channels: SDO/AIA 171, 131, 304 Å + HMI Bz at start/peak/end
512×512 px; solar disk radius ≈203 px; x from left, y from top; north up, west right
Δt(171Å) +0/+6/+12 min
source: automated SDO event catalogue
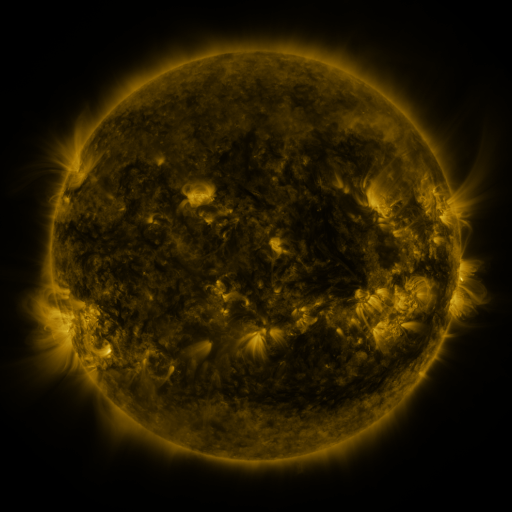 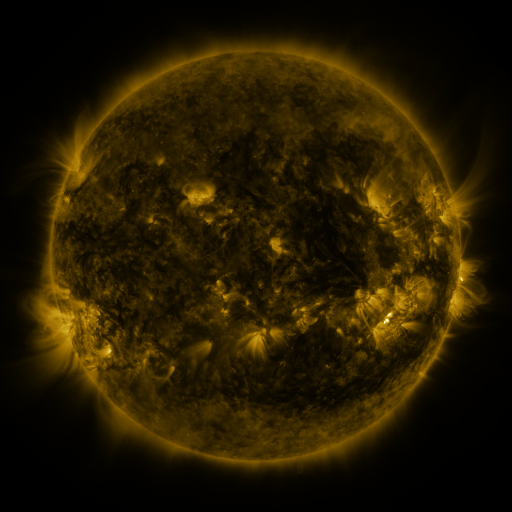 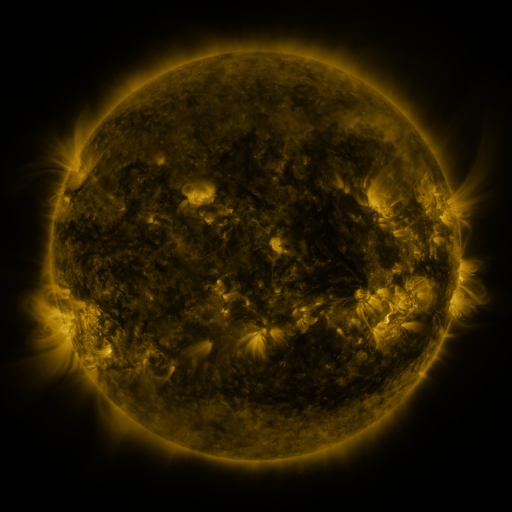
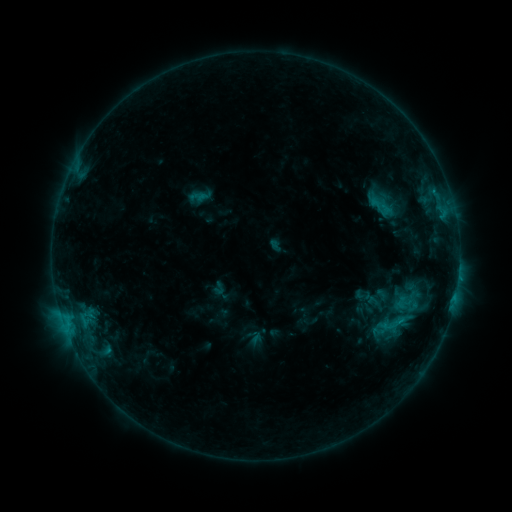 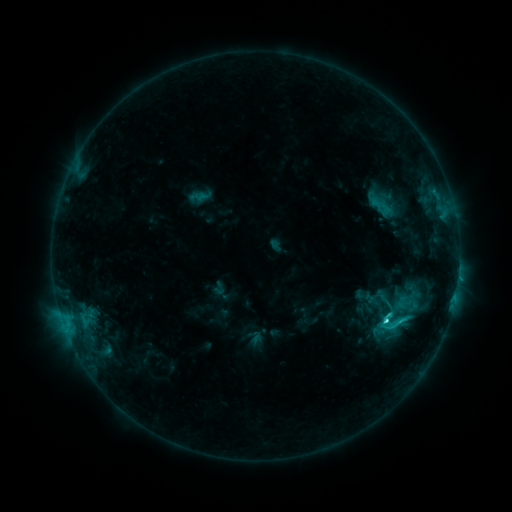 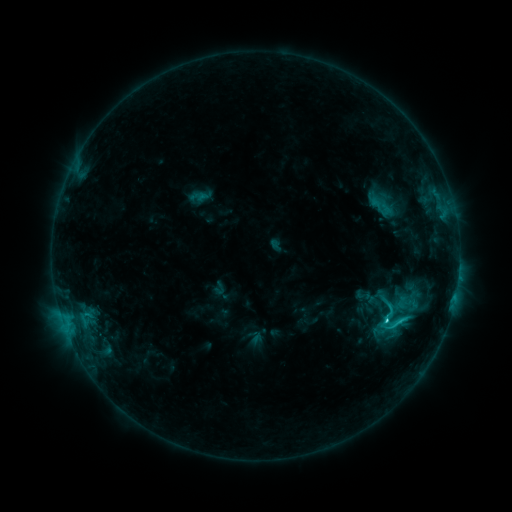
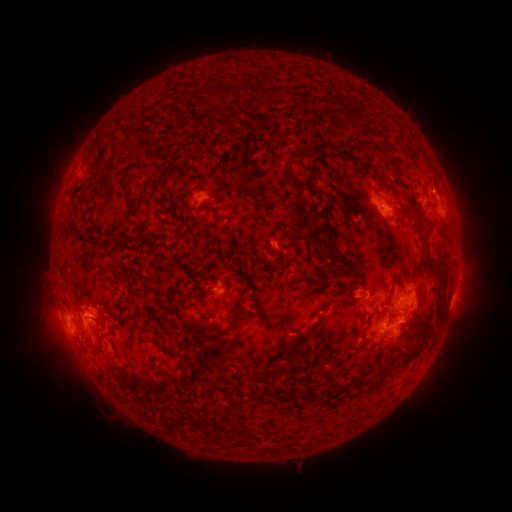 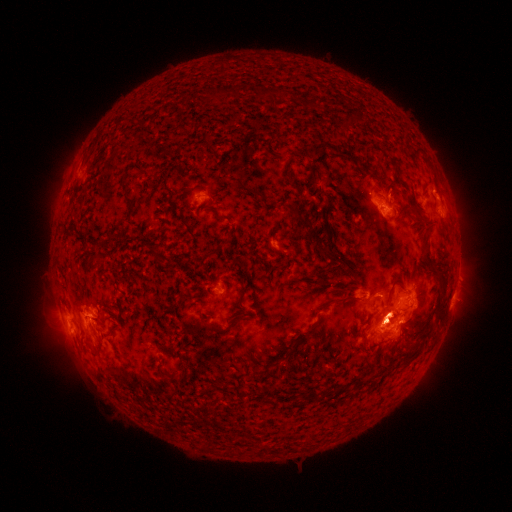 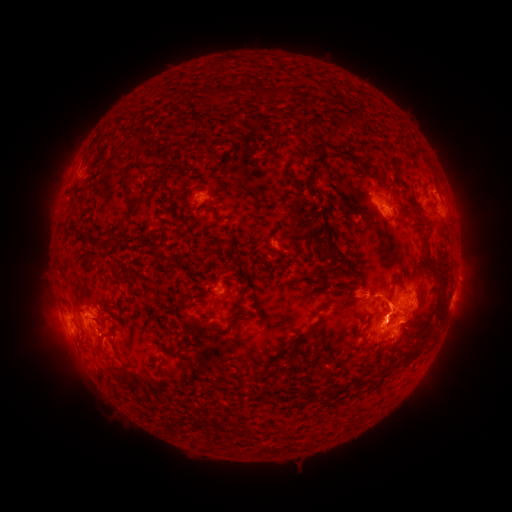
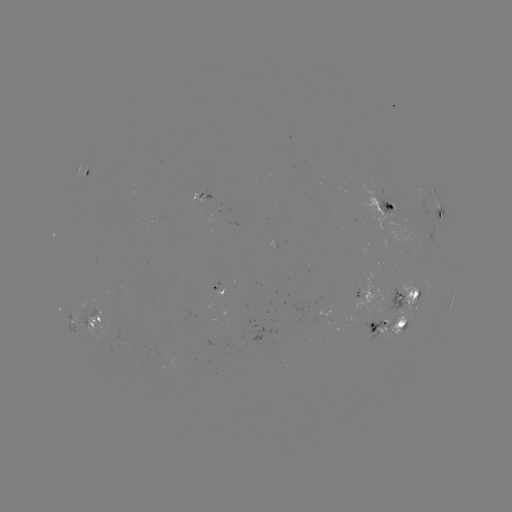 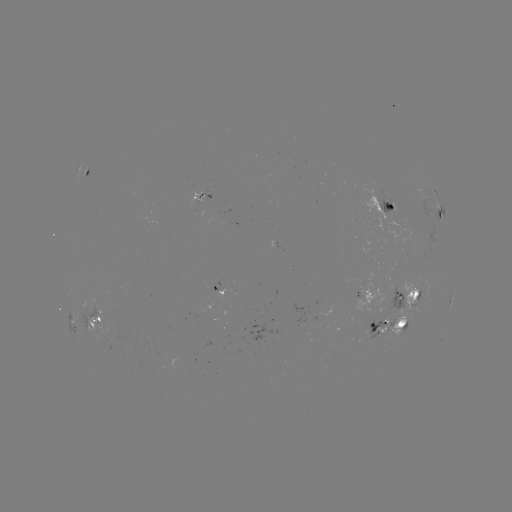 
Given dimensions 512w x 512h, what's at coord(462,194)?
eruption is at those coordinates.